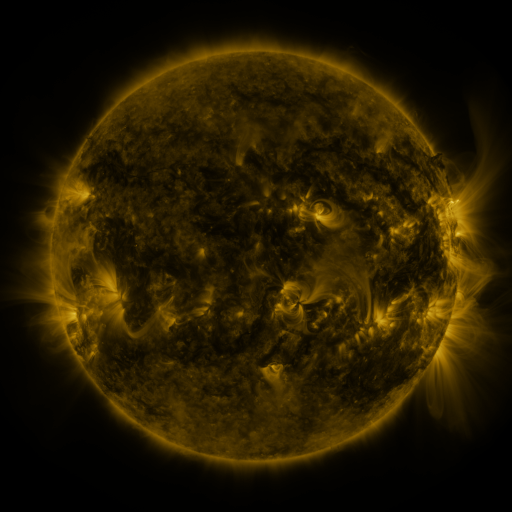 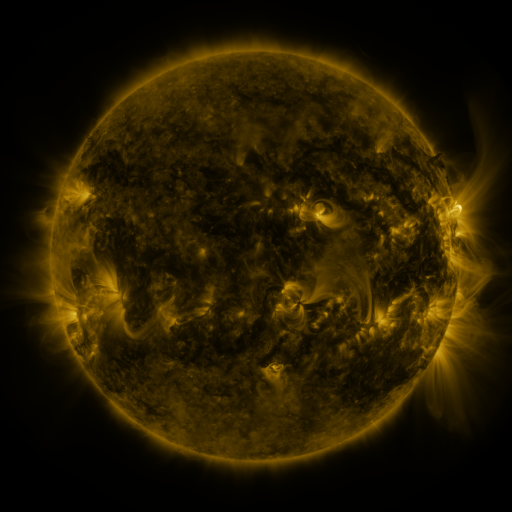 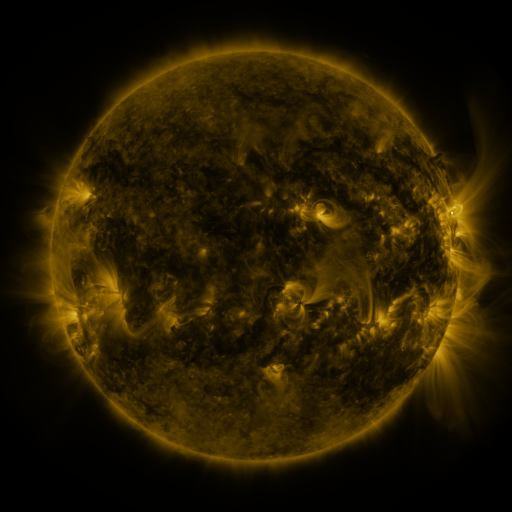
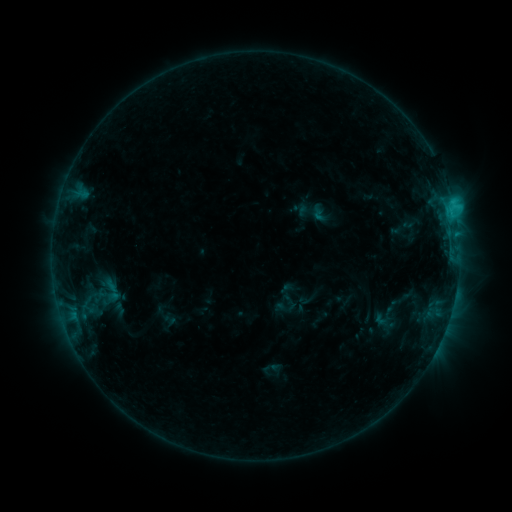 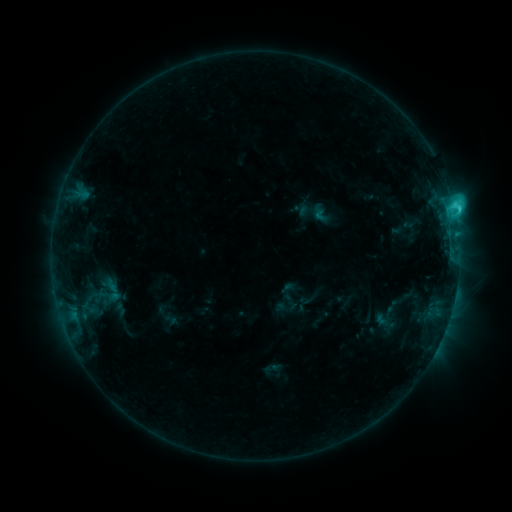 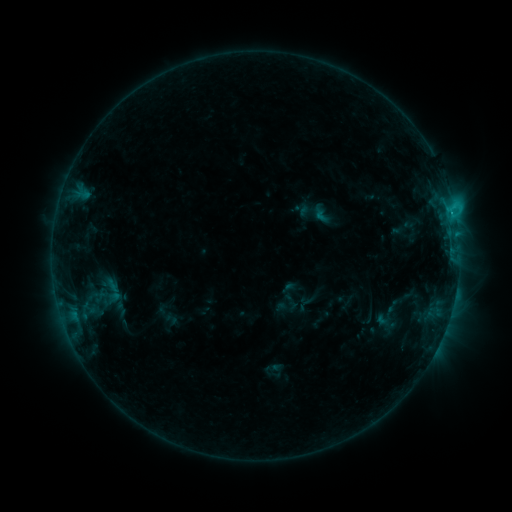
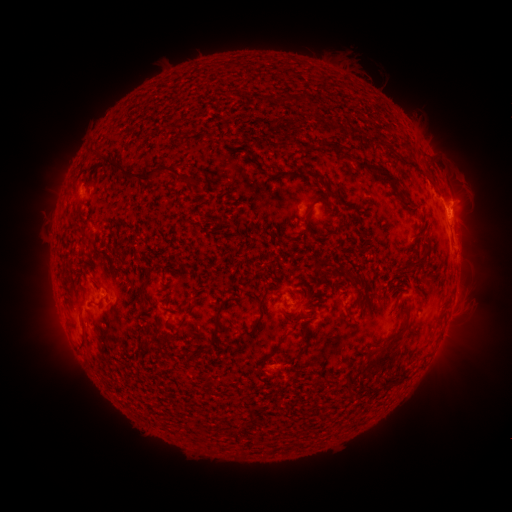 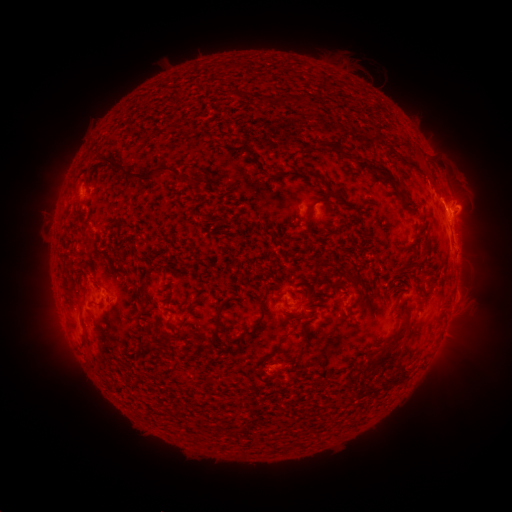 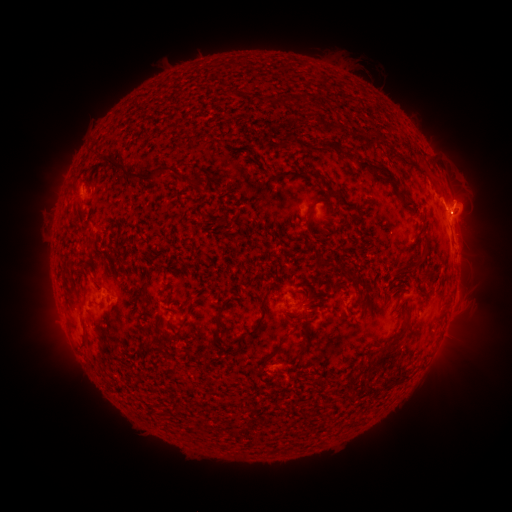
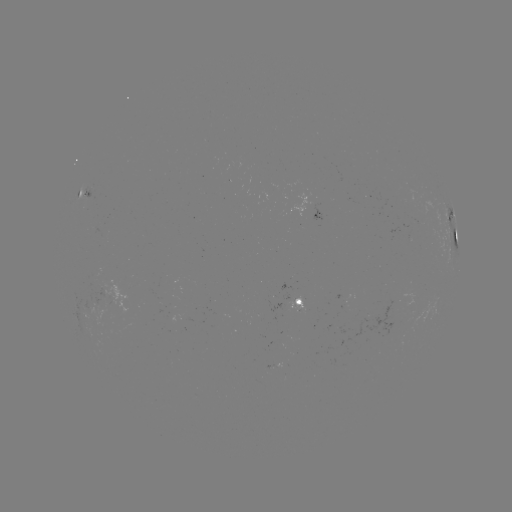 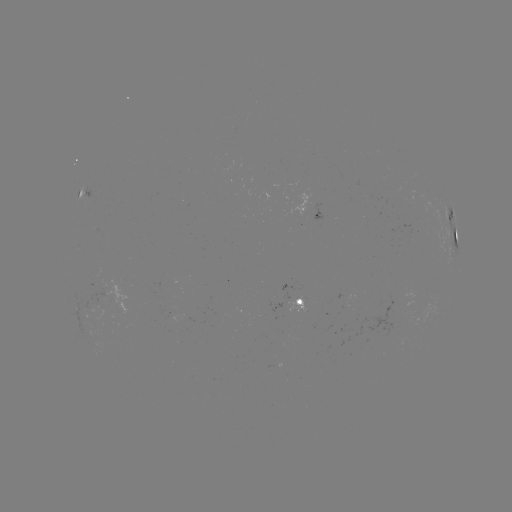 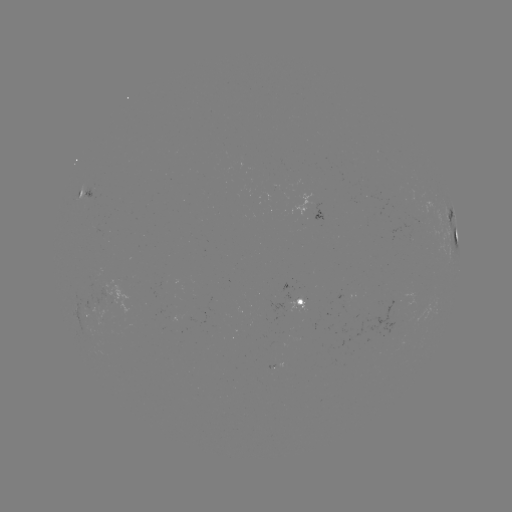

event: flare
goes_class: C2.5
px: (453, 210)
